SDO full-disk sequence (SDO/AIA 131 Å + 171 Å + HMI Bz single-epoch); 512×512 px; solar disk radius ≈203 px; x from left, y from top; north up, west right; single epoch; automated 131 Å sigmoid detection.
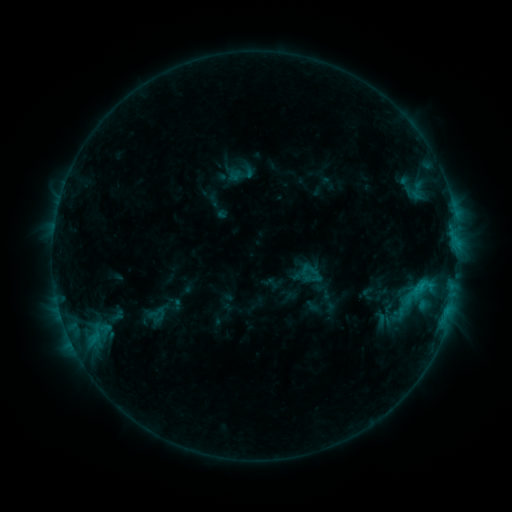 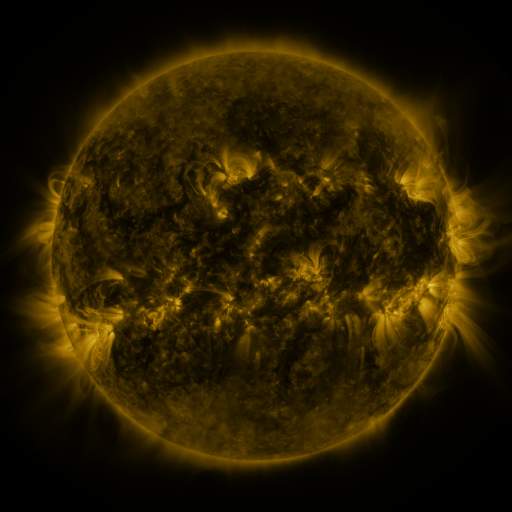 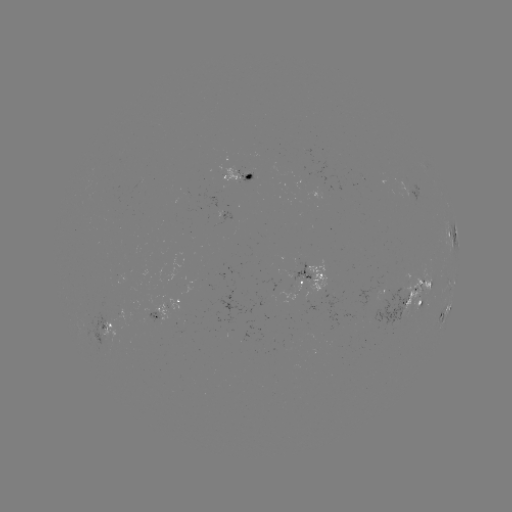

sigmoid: <bbox>303, 270, 320, 288</bbox>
